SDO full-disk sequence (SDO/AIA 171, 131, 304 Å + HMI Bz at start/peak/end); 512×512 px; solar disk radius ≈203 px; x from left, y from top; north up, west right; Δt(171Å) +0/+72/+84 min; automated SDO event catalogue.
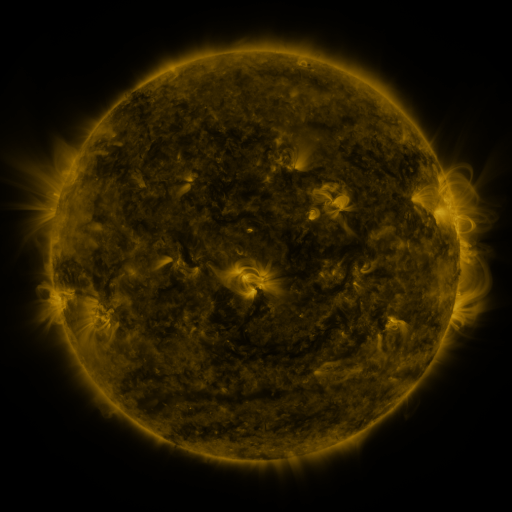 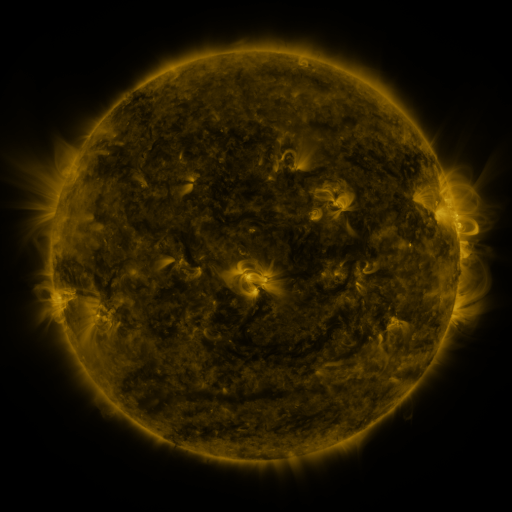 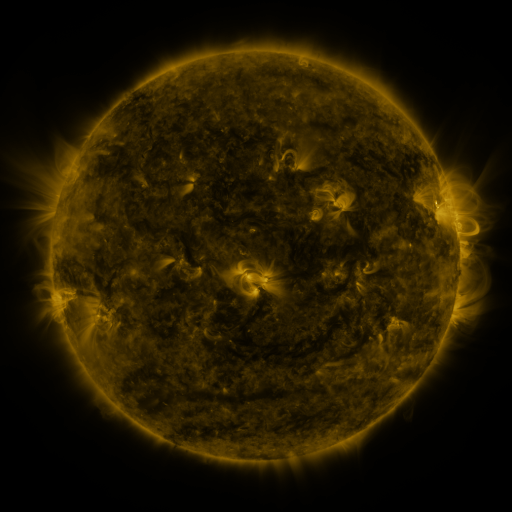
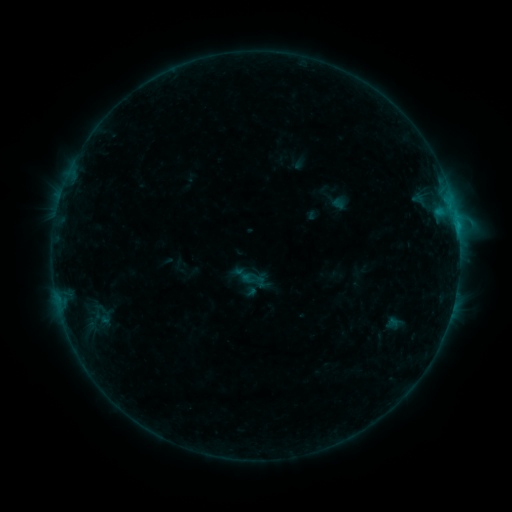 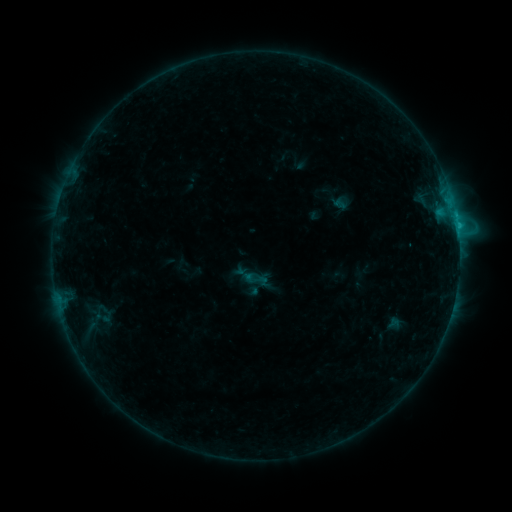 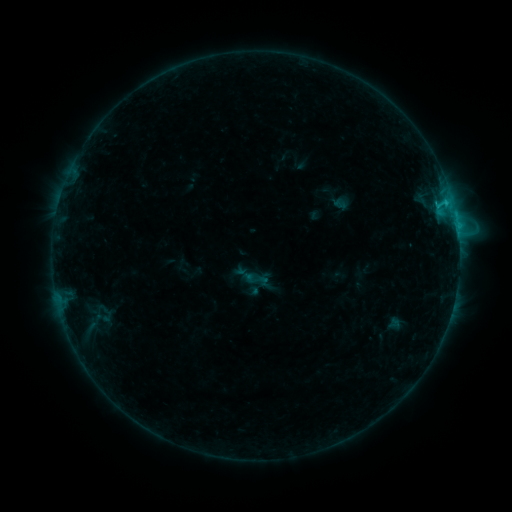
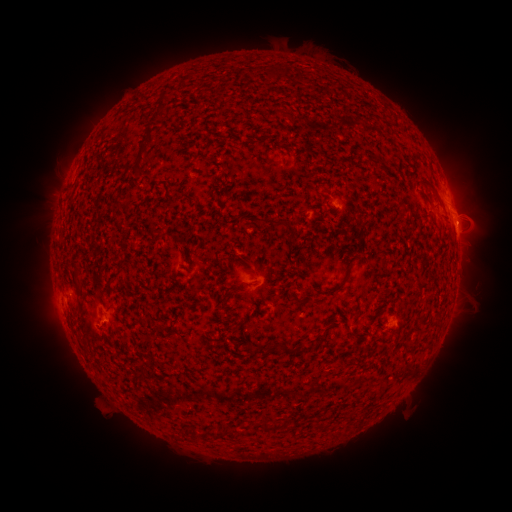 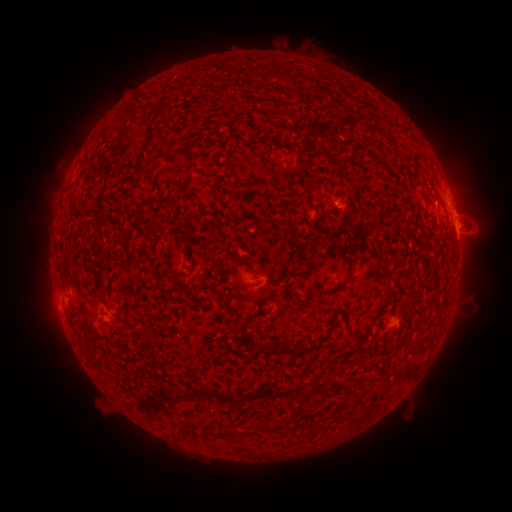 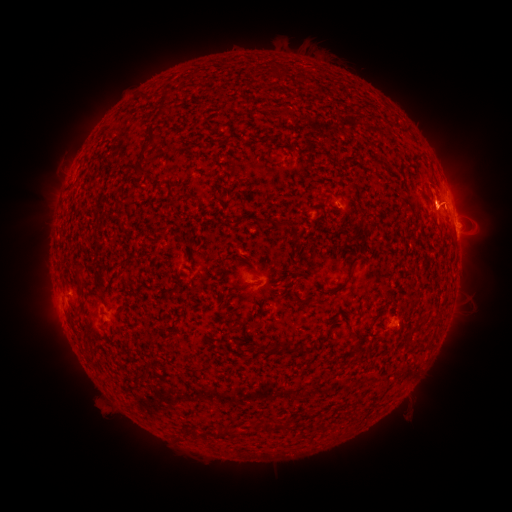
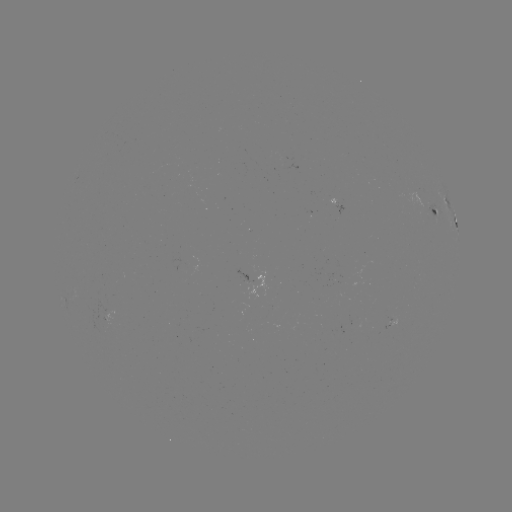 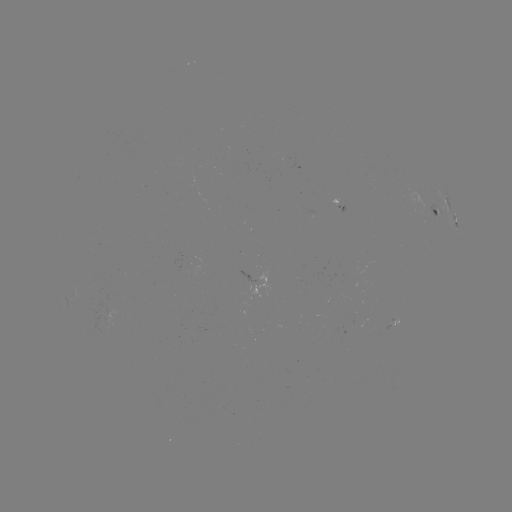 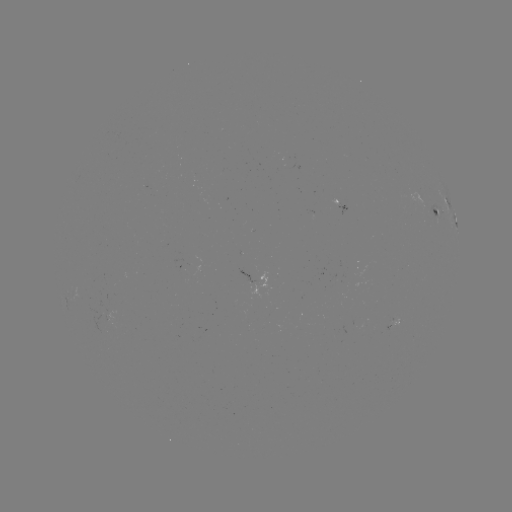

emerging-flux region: (405, 189, 426, 210)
